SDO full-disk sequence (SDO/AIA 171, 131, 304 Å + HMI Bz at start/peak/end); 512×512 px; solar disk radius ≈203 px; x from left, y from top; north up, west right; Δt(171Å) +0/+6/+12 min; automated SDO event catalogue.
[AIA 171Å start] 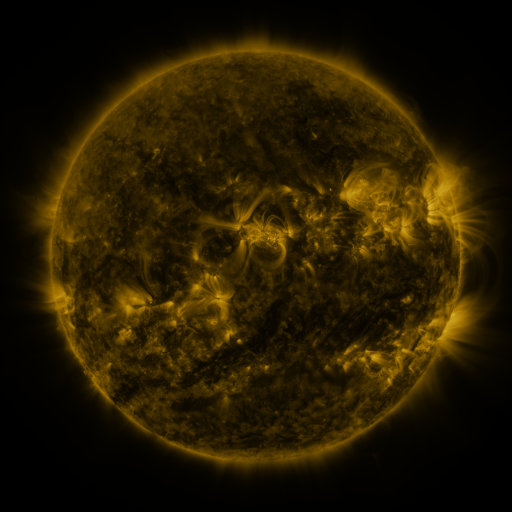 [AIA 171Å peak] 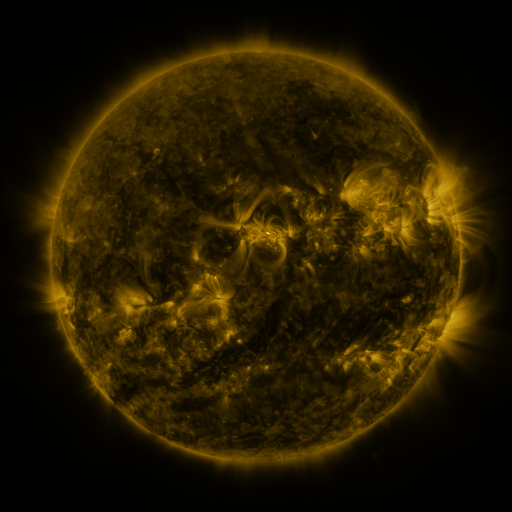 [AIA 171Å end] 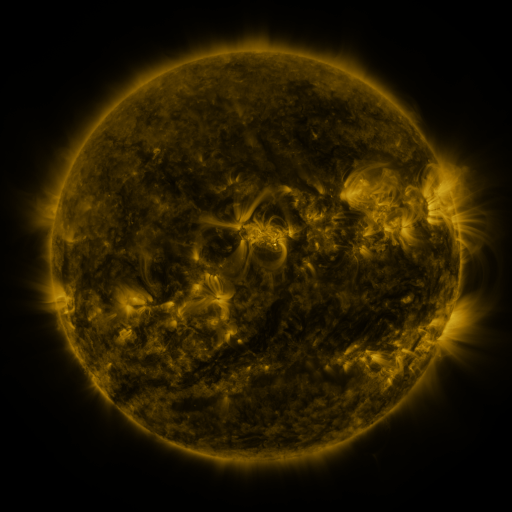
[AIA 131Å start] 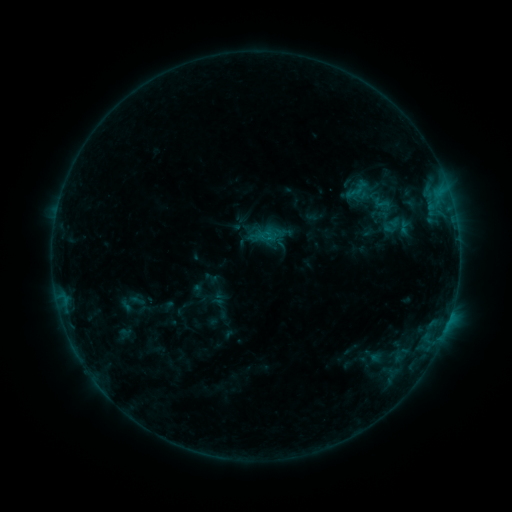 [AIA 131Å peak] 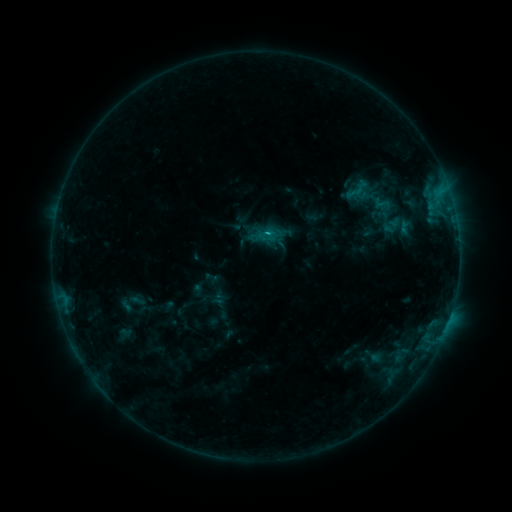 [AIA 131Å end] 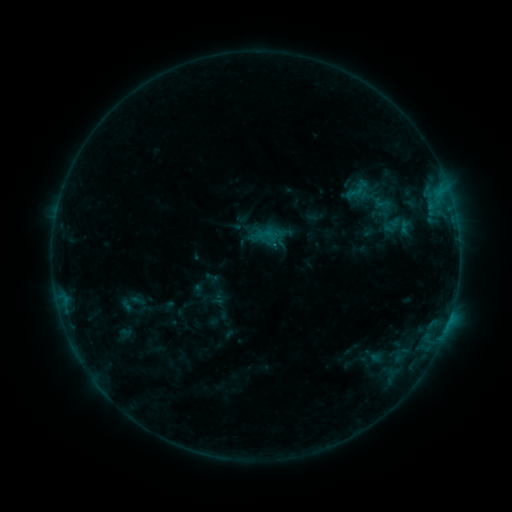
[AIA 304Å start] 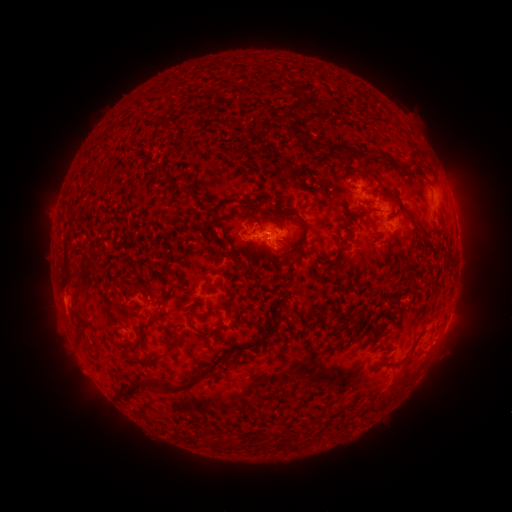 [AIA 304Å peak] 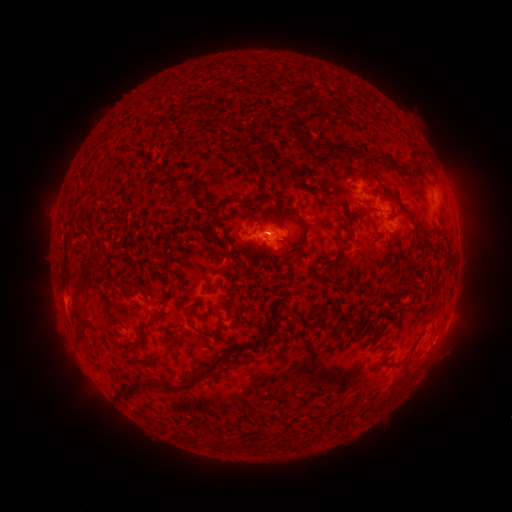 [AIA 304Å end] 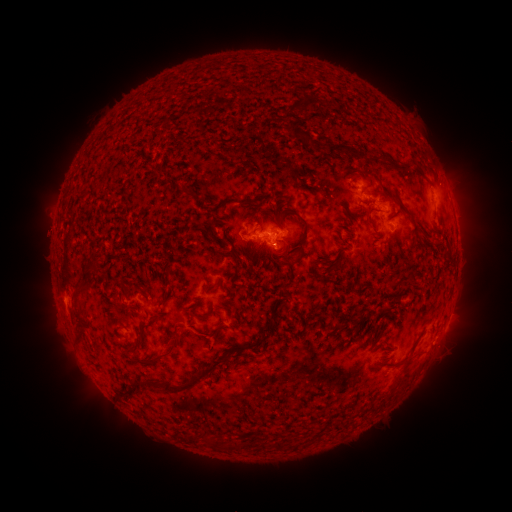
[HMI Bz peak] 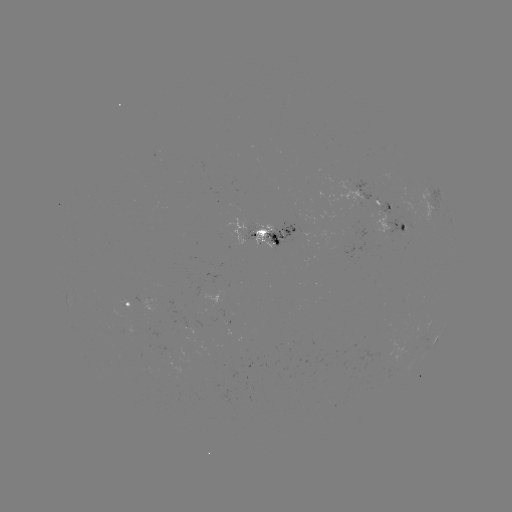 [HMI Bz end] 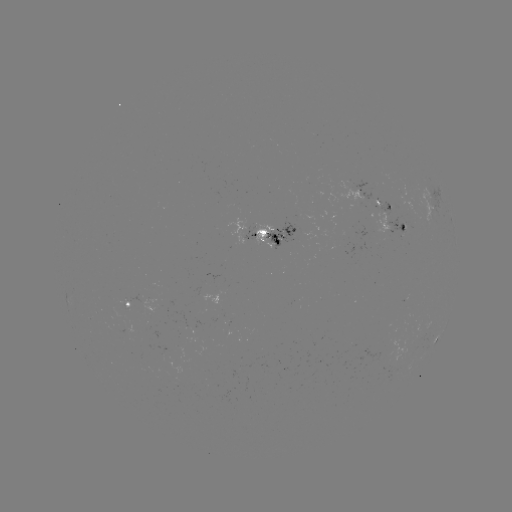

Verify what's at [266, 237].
B6.3 flare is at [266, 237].